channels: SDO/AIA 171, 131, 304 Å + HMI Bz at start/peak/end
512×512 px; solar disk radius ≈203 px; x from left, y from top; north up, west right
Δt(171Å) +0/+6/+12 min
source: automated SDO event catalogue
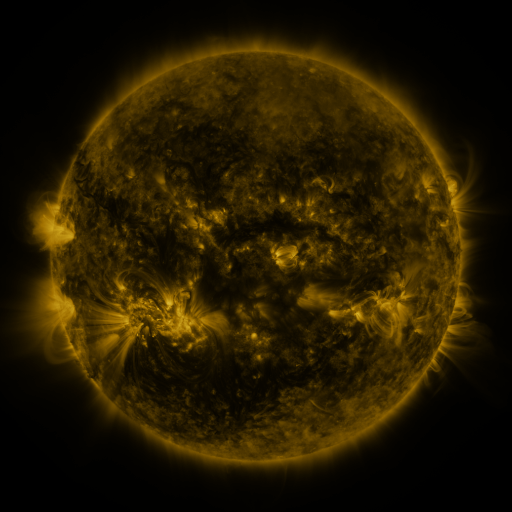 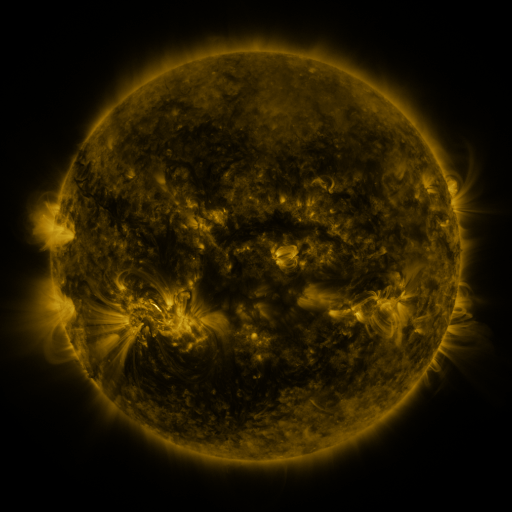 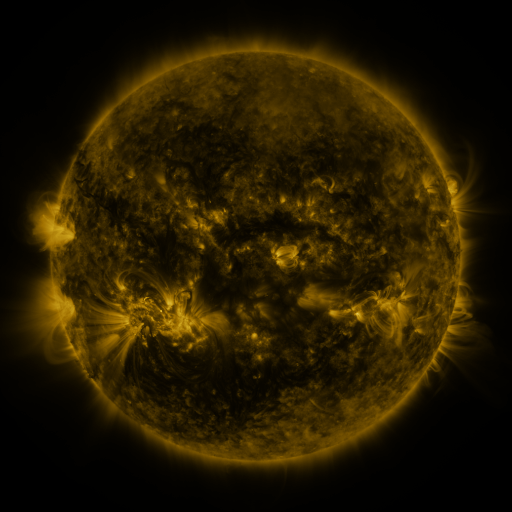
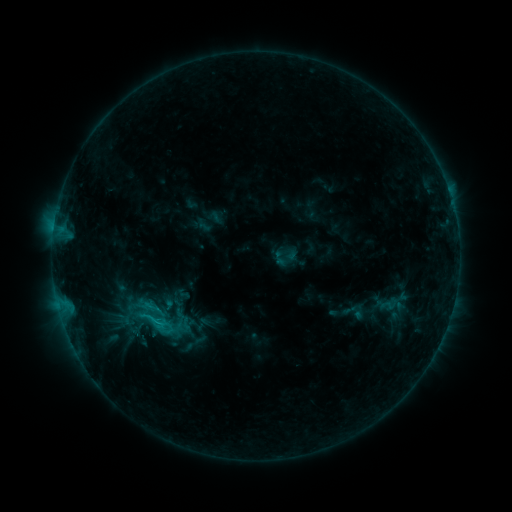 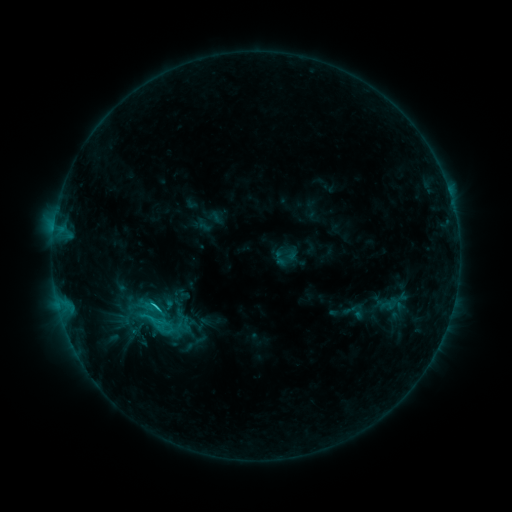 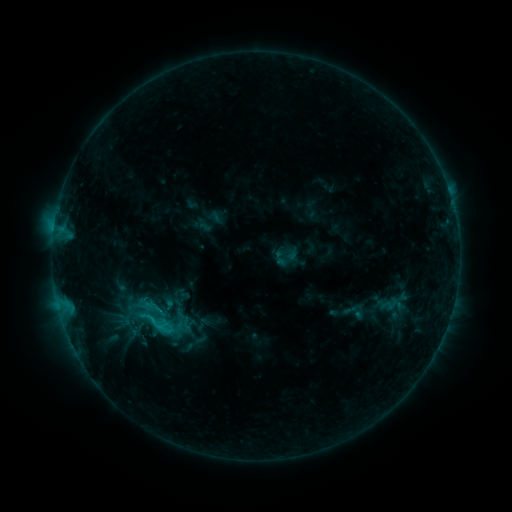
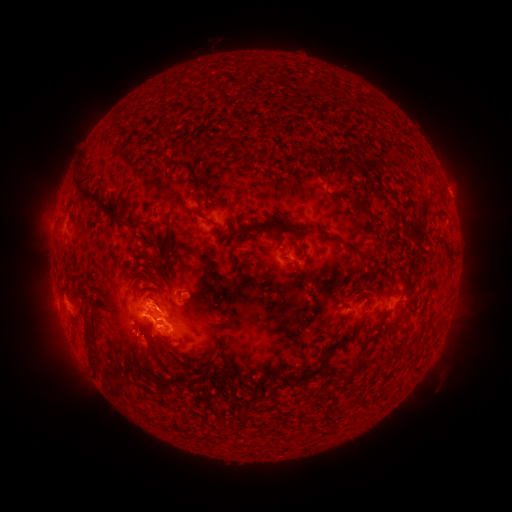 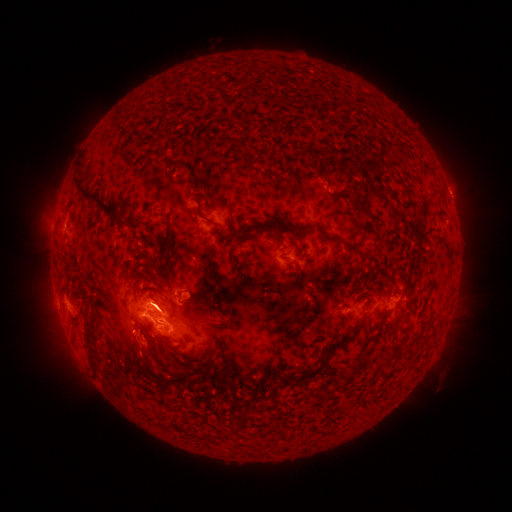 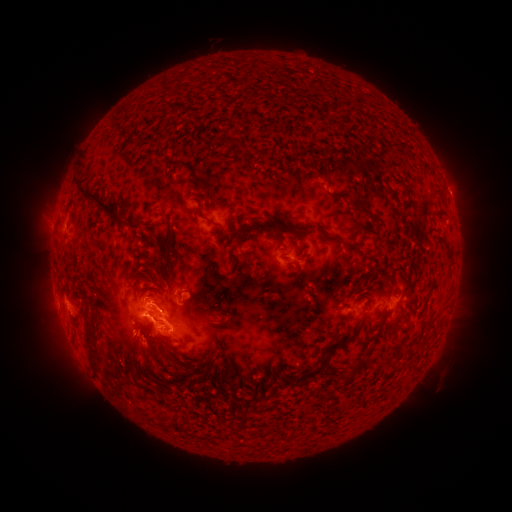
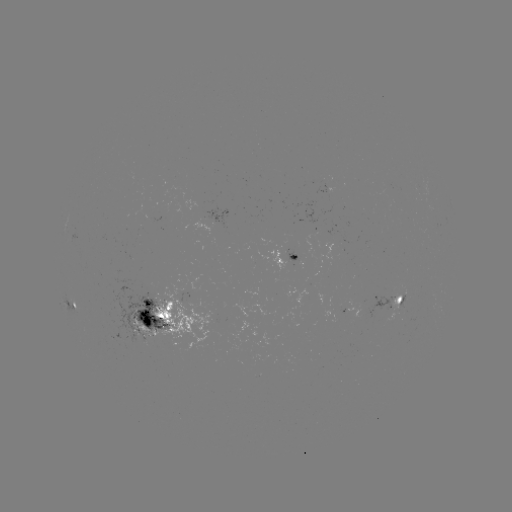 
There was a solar flare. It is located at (158, 307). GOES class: C3.1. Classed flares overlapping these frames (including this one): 1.